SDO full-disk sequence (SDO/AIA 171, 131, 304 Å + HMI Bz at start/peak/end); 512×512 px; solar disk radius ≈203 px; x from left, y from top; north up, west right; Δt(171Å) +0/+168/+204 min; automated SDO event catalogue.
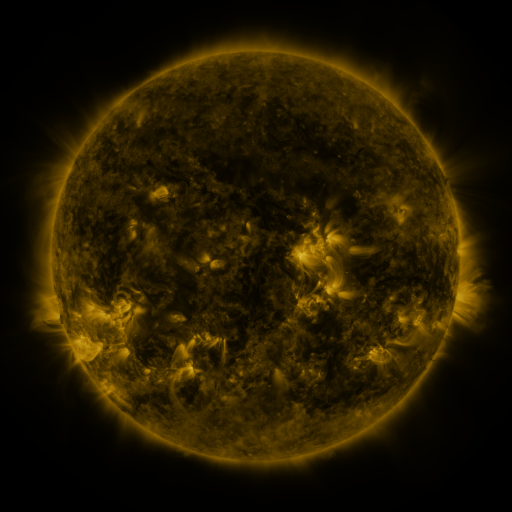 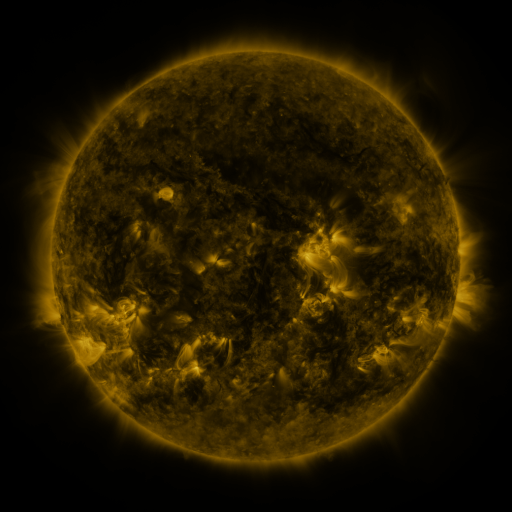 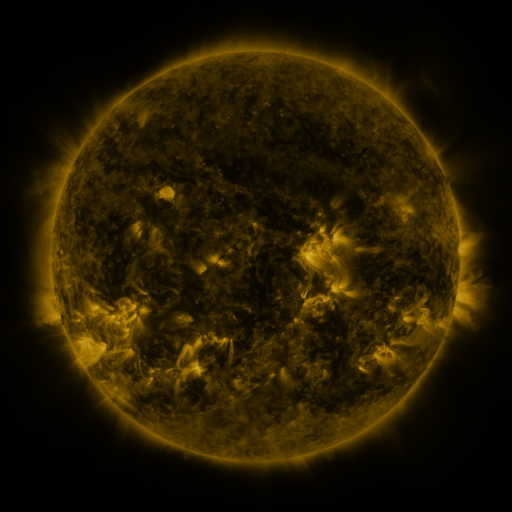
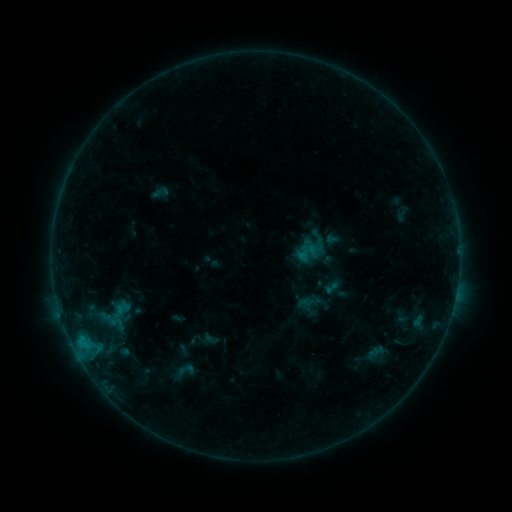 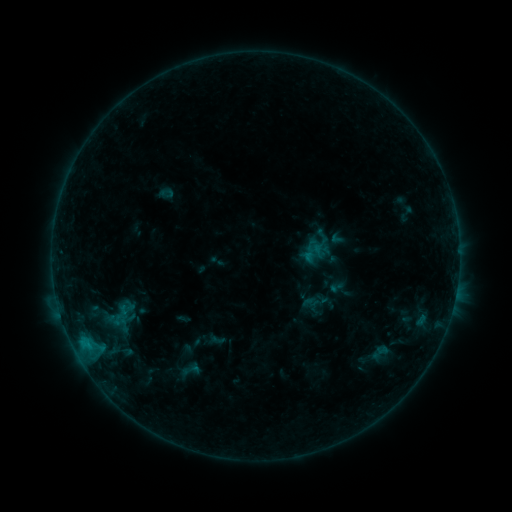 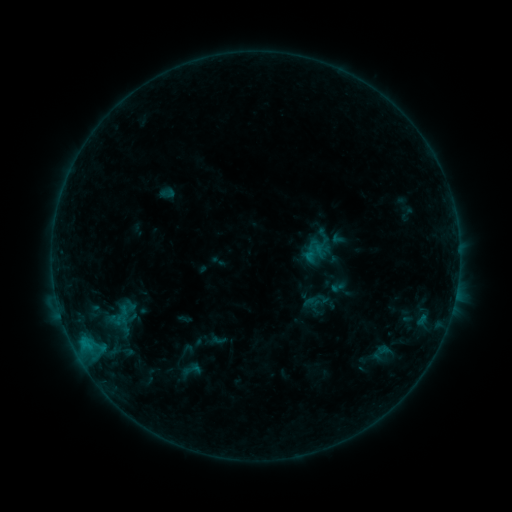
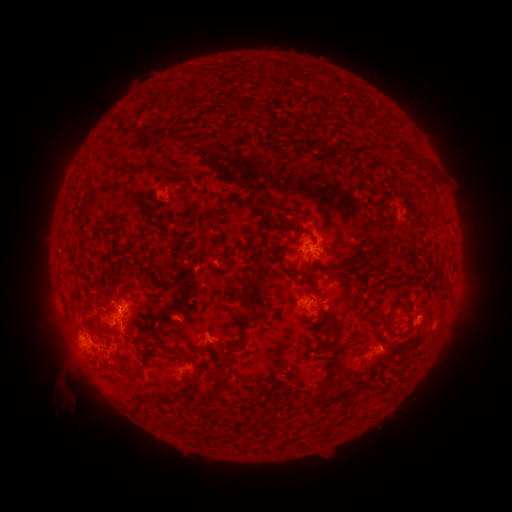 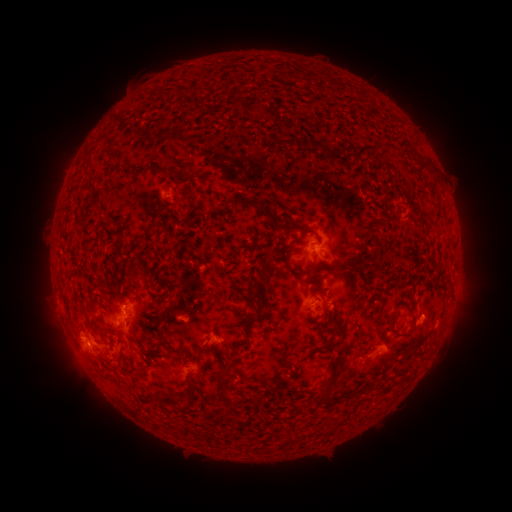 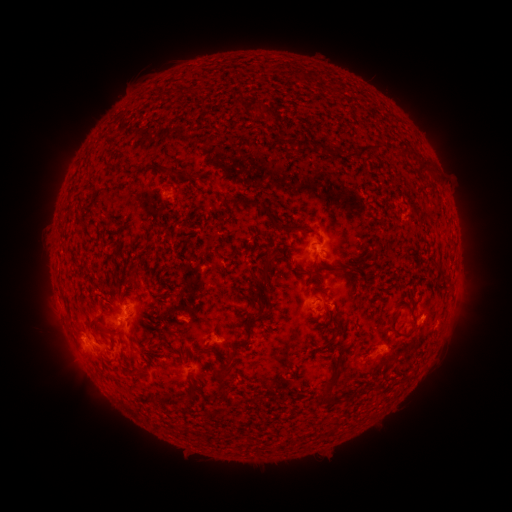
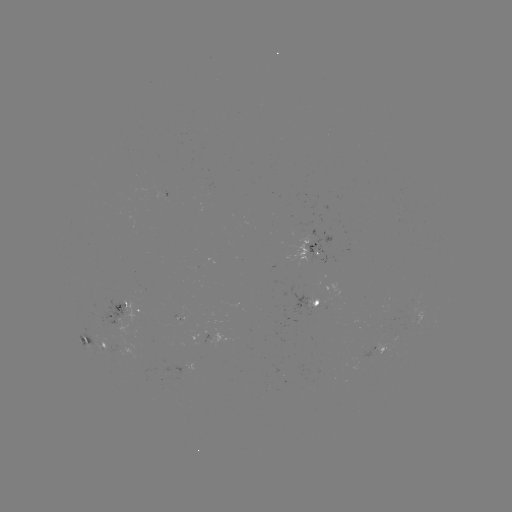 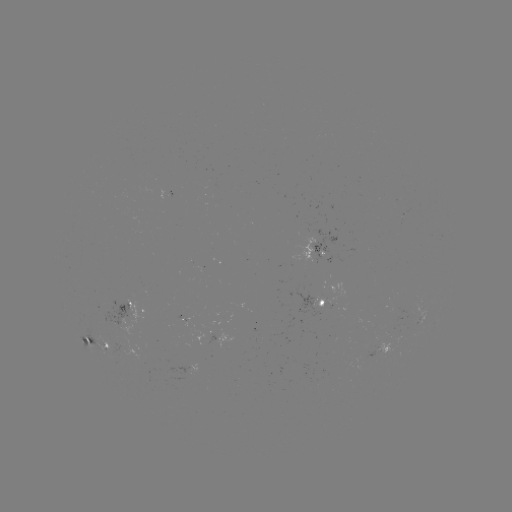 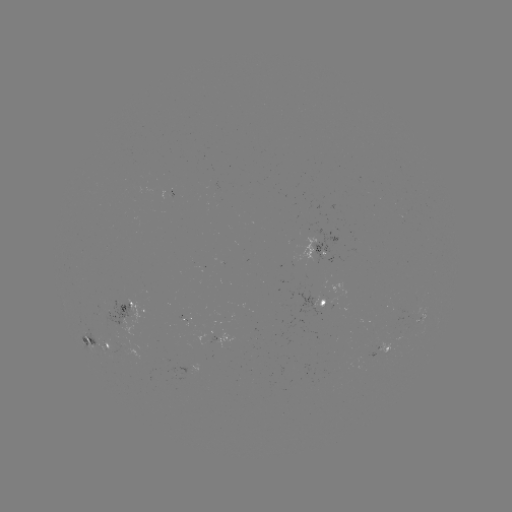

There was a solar emerging-flux region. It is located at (382, 350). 